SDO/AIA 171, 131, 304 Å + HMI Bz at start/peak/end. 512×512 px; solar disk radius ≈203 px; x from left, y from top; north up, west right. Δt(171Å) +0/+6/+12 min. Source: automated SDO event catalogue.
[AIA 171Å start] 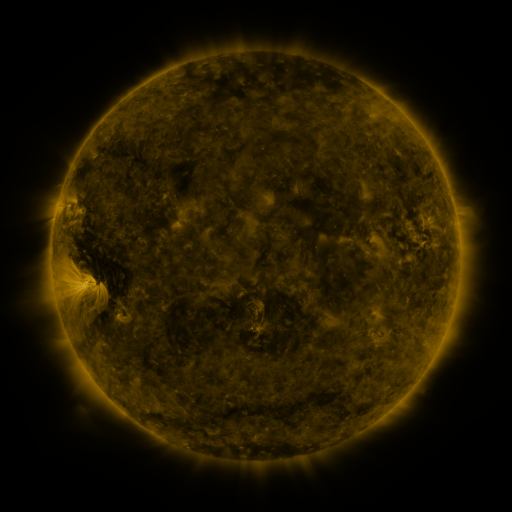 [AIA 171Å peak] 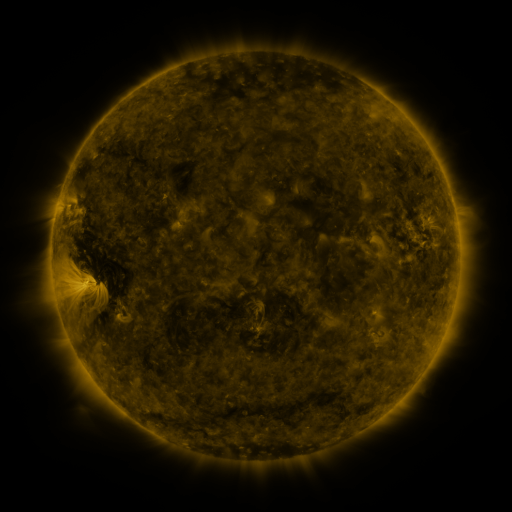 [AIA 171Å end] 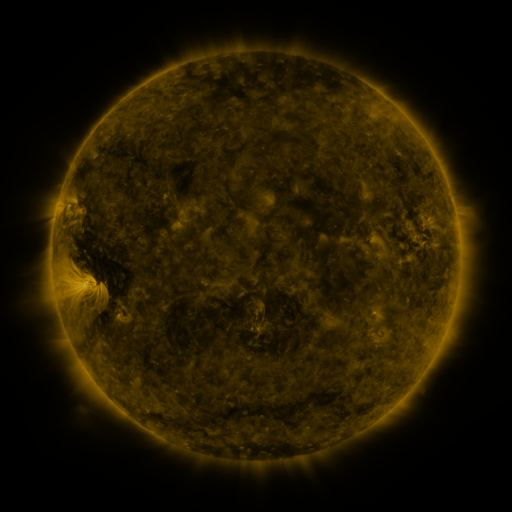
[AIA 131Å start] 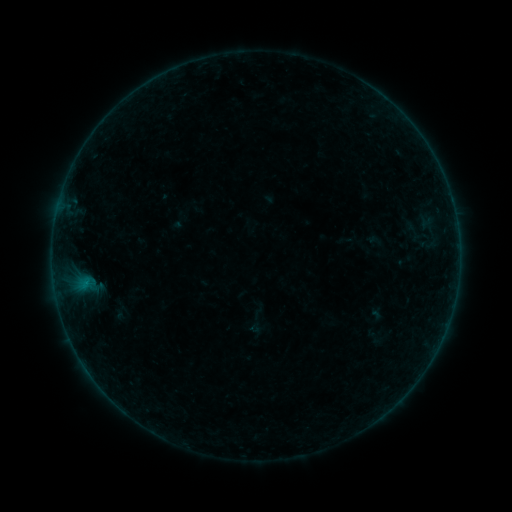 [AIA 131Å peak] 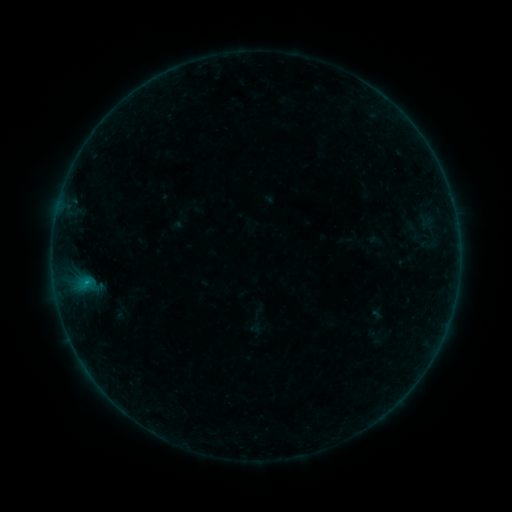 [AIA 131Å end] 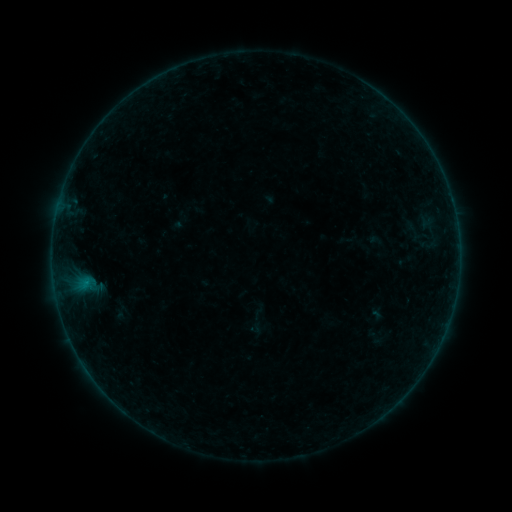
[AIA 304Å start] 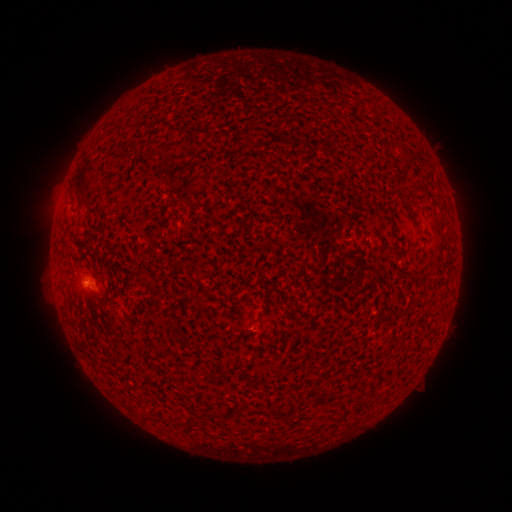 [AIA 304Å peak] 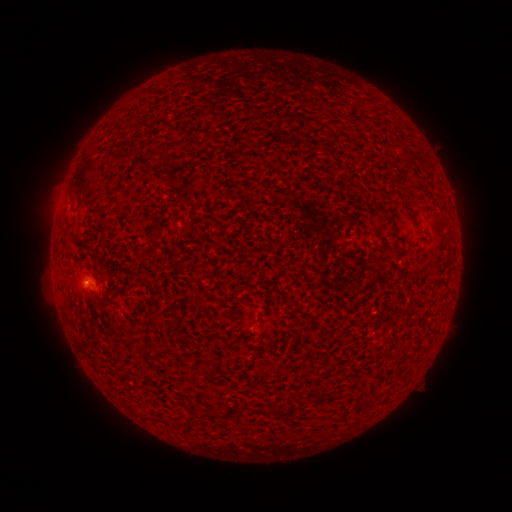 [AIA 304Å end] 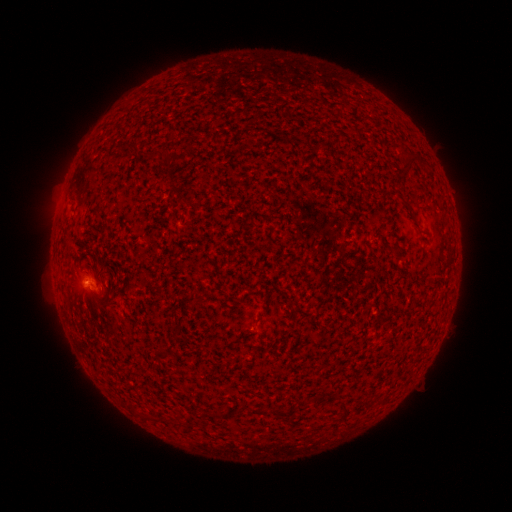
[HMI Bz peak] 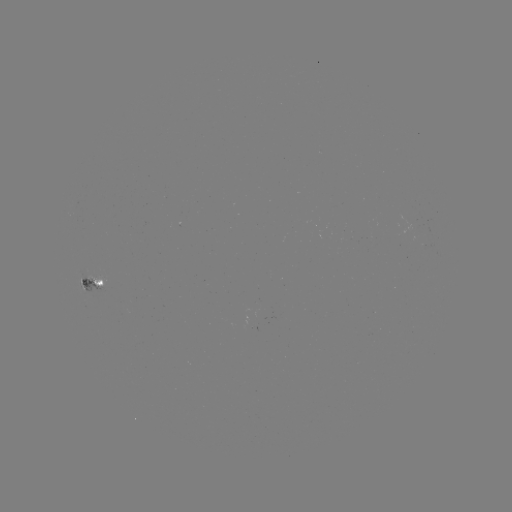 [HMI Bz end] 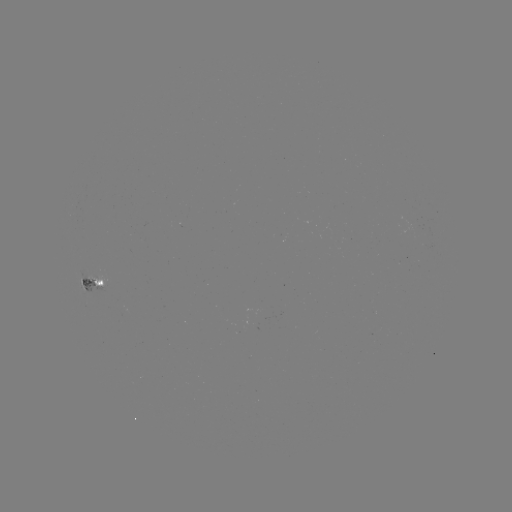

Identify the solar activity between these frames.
B2.1 flare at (87, 280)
